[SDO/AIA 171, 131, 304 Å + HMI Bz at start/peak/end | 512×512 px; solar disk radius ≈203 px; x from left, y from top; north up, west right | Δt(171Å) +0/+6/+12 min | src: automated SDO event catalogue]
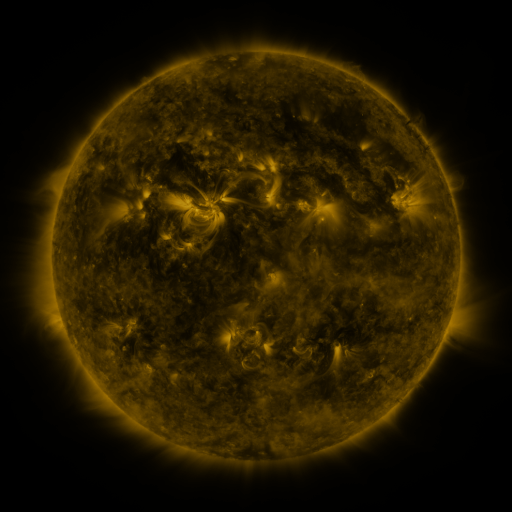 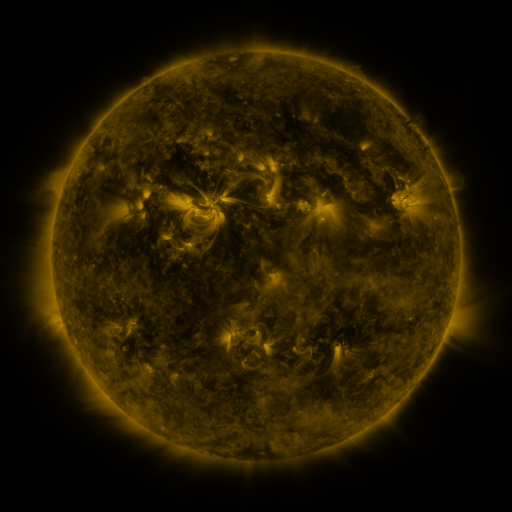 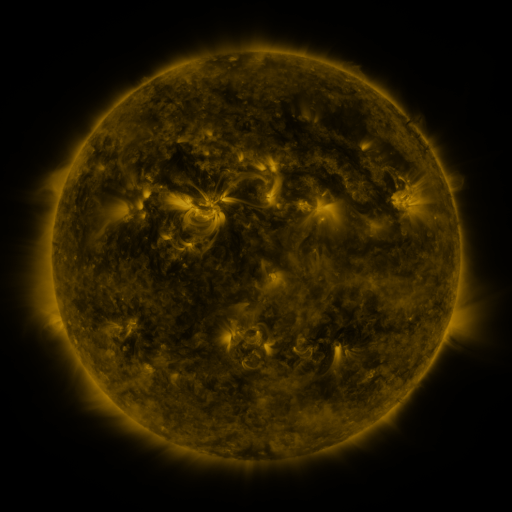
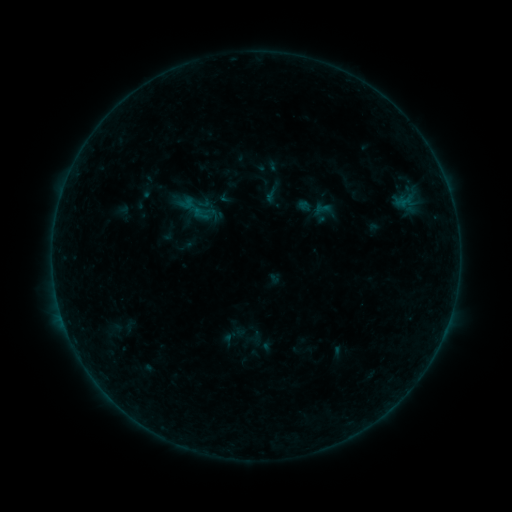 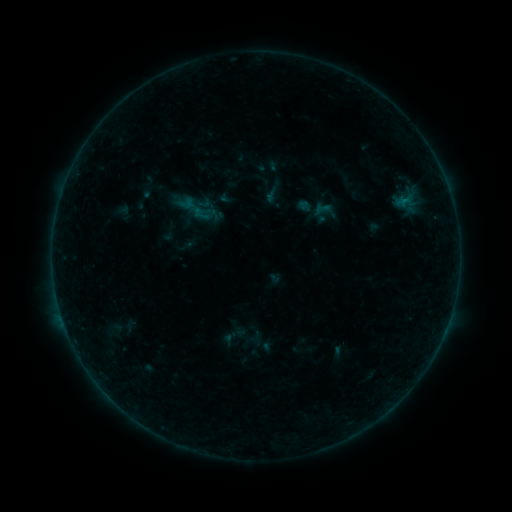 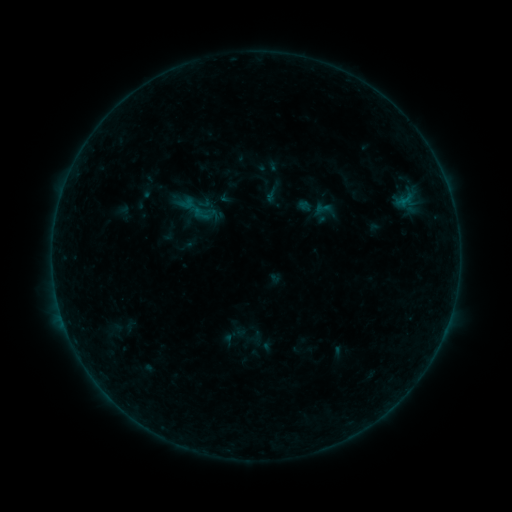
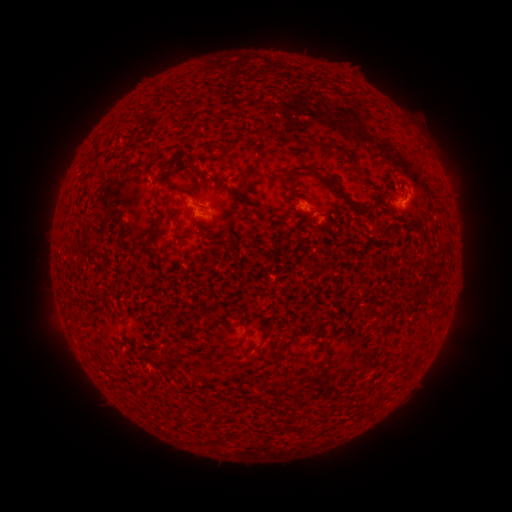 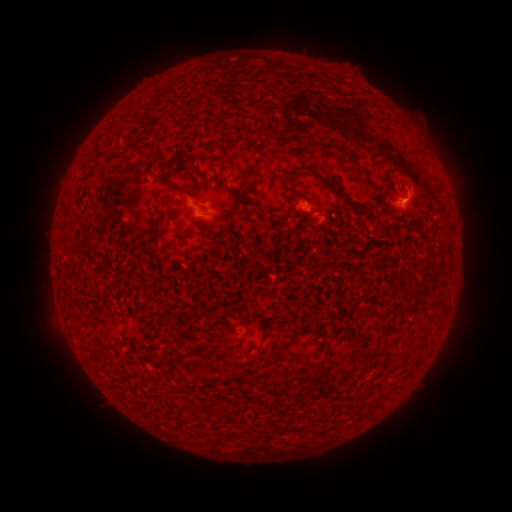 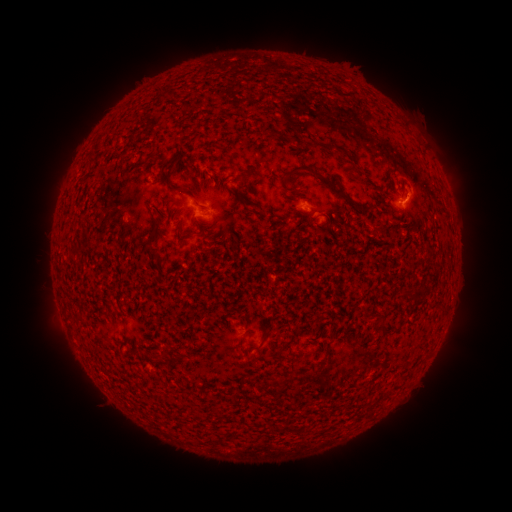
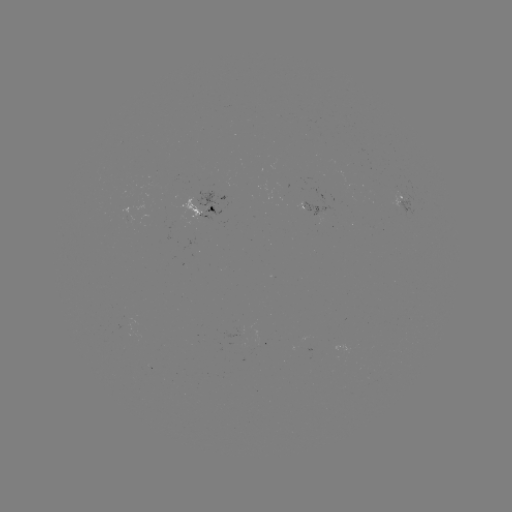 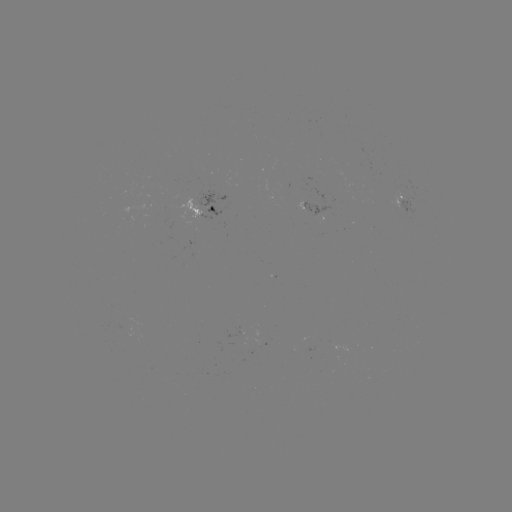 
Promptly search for B1.7 flare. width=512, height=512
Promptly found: [400, 203].